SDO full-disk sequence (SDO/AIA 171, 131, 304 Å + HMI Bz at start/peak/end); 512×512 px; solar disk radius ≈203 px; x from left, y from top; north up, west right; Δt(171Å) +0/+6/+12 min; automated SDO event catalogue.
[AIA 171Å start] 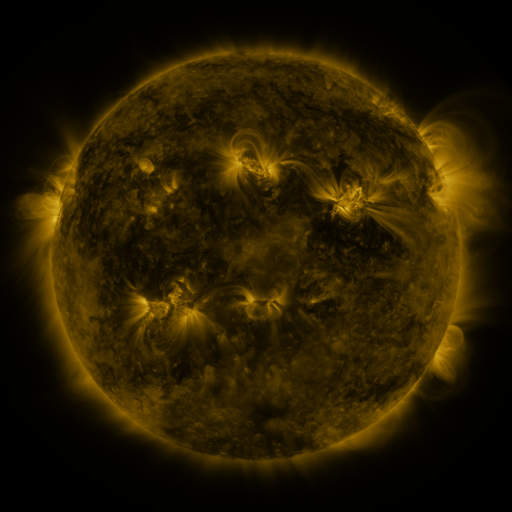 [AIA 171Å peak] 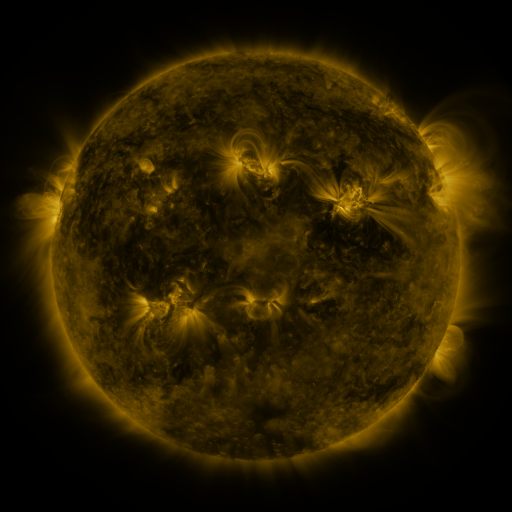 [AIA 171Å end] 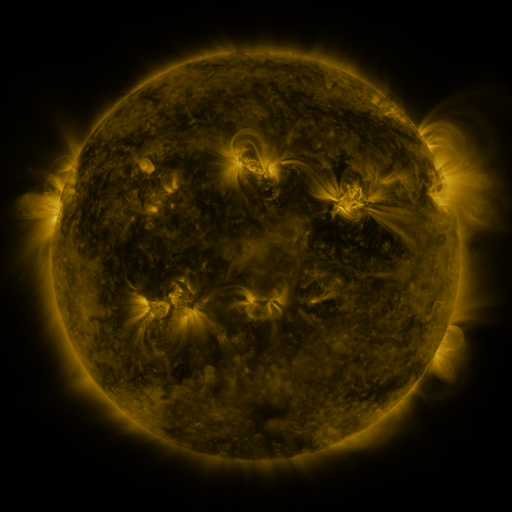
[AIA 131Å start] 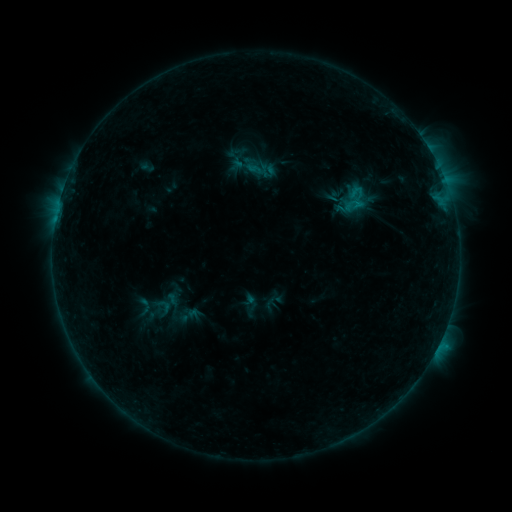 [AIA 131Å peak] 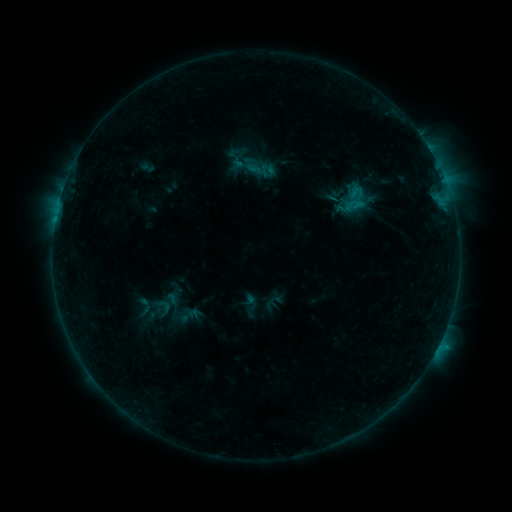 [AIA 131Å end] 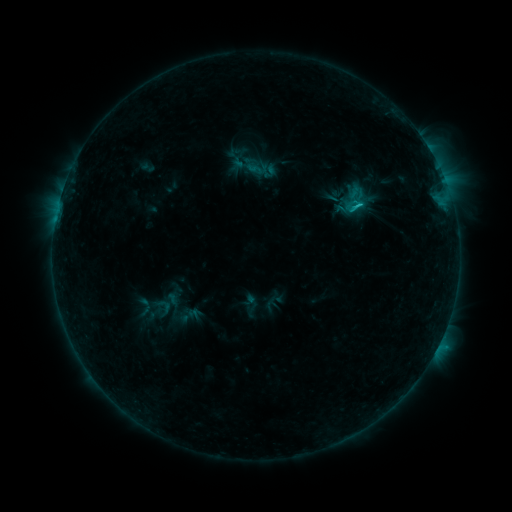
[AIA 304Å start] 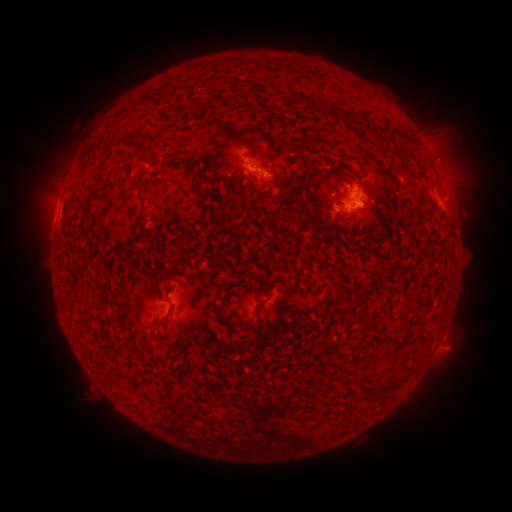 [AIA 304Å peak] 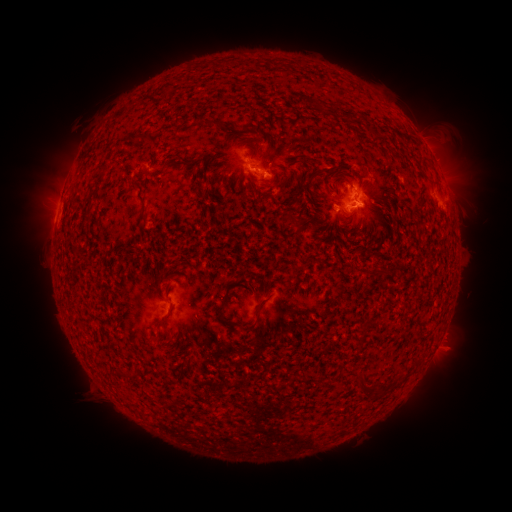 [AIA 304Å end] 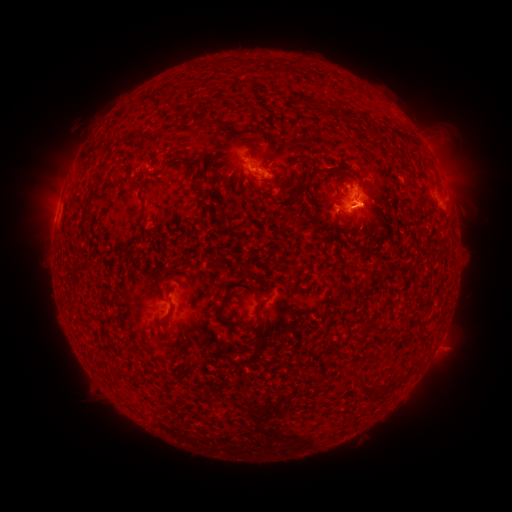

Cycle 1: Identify C1.1 flare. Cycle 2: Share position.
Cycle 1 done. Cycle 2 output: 344,208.